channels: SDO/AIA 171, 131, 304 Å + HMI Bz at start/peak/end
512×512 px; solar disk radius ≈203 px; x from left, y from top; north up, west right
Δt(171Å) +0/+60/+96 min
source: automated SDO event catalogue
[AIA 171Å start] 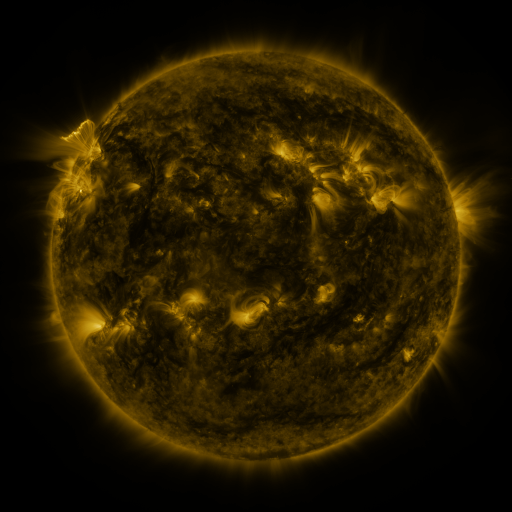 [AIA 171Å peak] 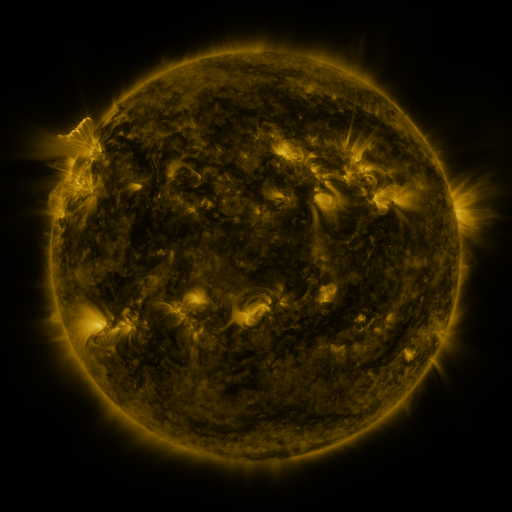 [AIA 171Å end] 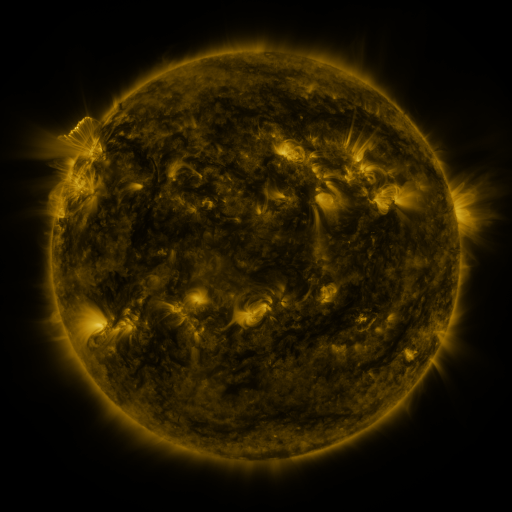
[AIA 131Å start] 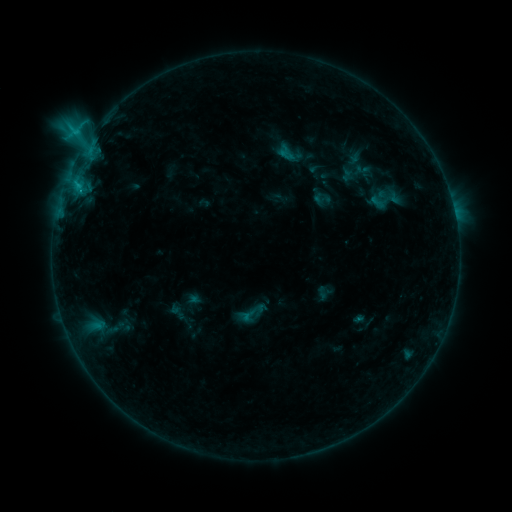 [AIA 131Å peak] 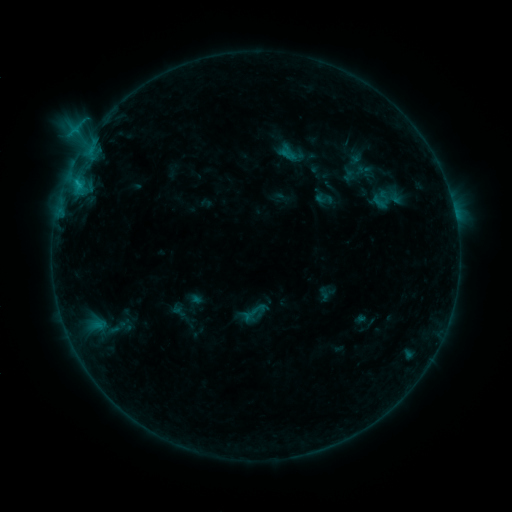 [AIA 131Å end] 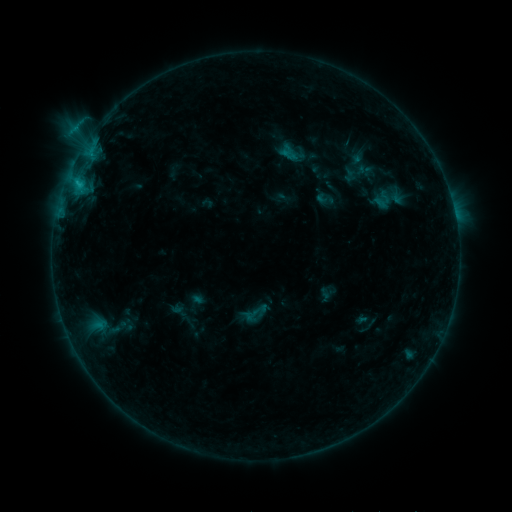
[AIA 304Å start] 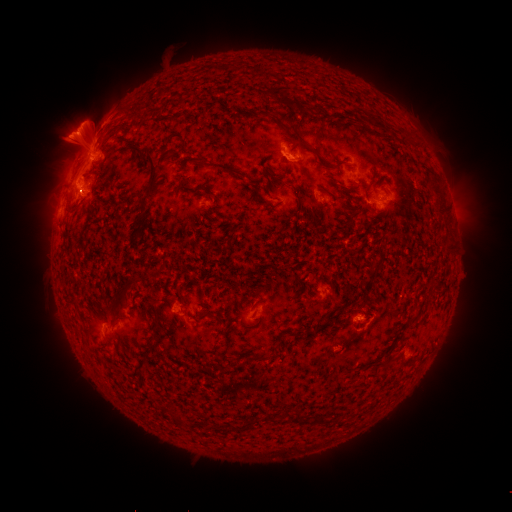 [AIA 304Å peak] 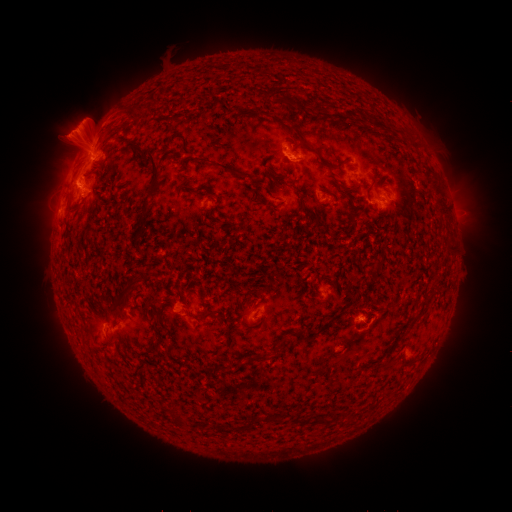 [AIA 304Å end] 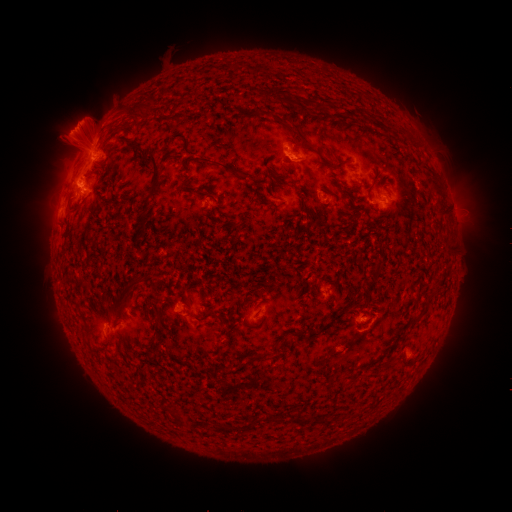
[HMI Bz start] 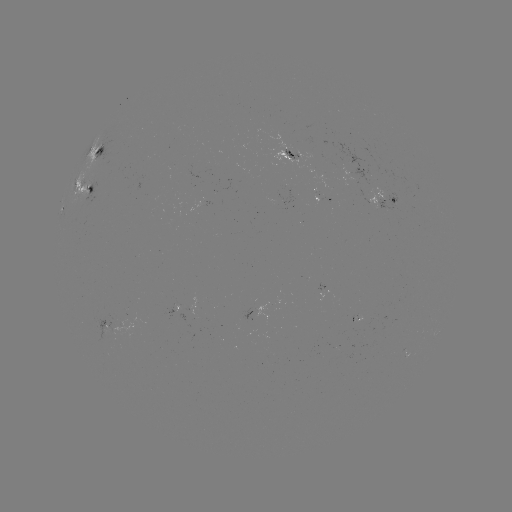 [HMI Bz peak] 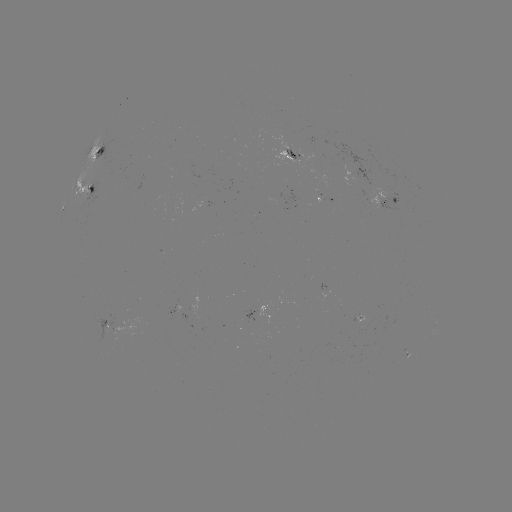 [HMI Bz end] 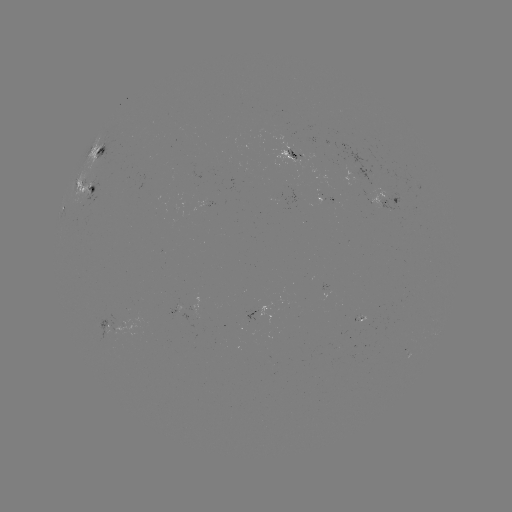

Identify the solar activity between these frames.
emerging-flux region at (383, 191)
